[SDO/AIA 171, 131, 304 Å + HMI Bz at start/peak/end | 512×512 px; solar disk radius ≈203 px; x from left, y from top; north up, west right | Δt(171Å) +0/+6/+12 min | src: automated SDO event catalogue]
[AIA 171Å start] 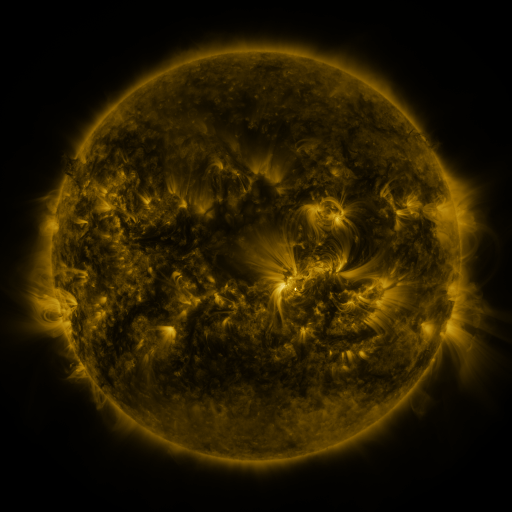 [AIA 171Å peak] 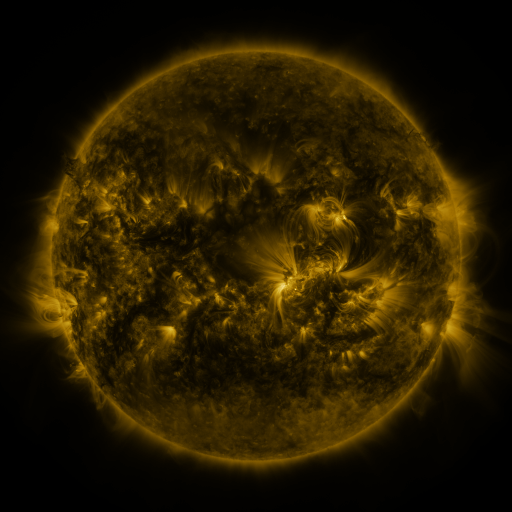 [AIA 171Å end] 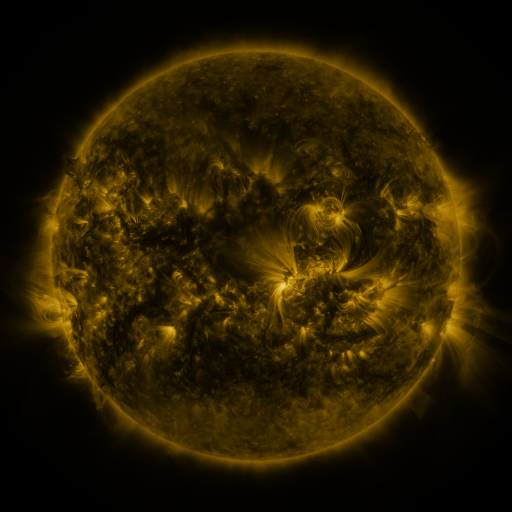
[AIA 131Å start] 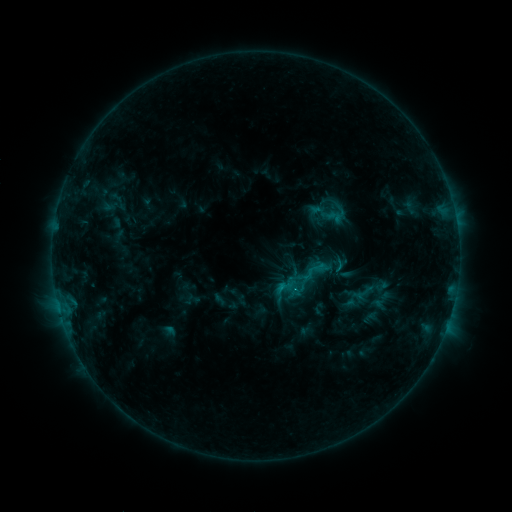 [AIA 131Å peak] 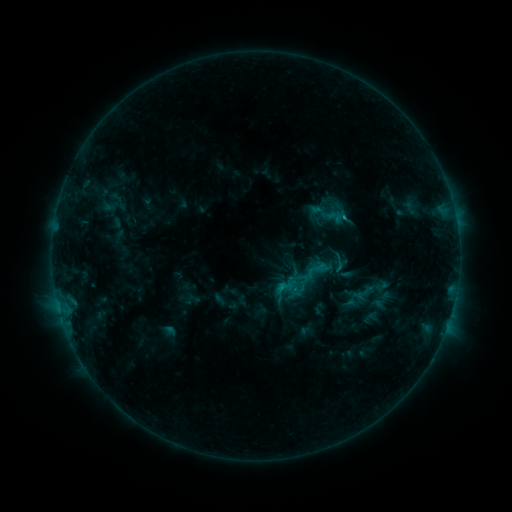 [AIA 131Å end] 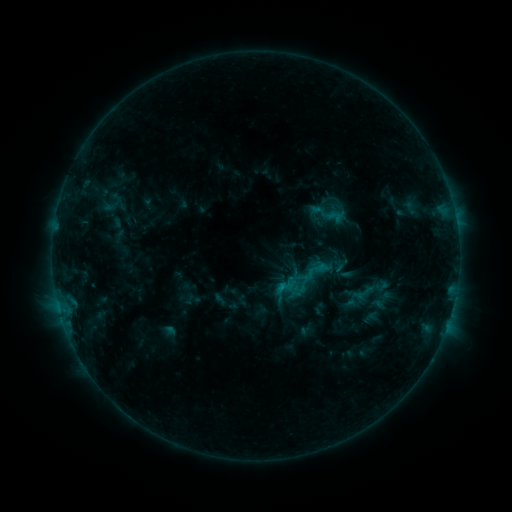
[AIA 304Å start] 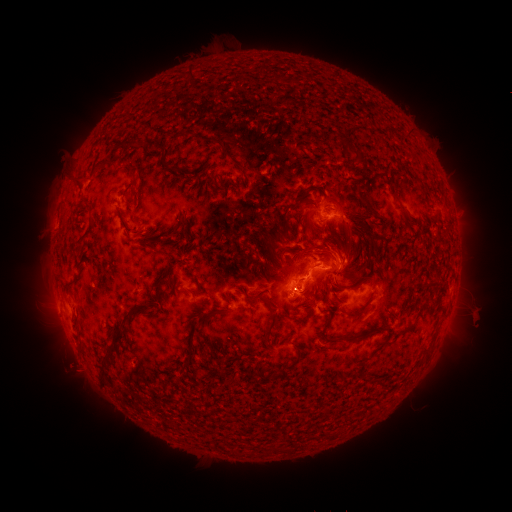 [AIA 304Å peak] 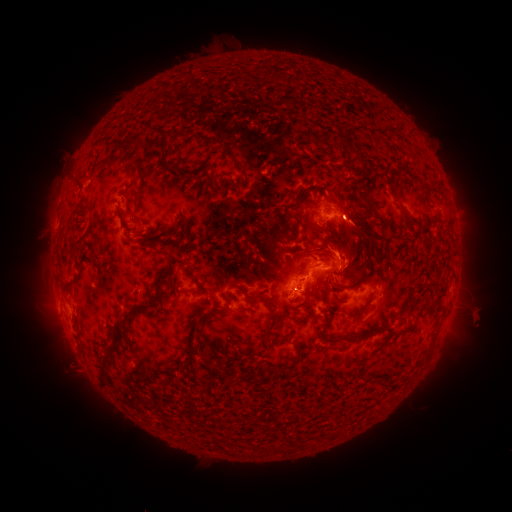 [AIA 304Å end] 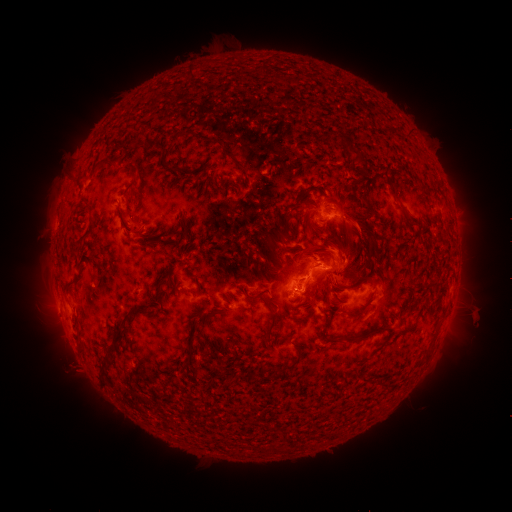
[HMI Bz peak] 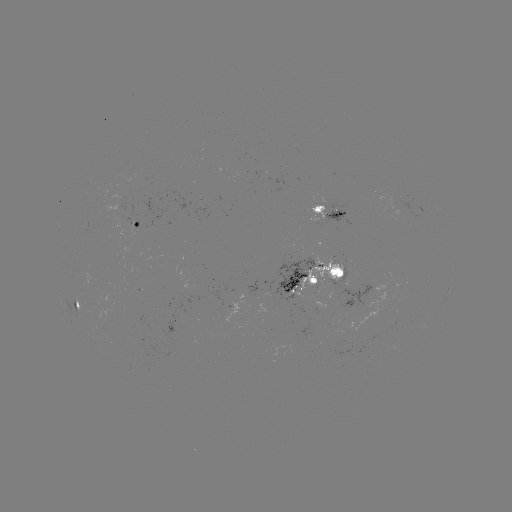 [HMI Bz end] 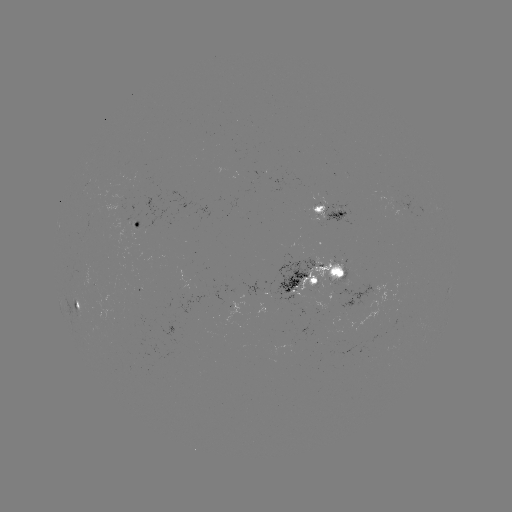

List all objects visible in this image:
eruption: (354, 228)
